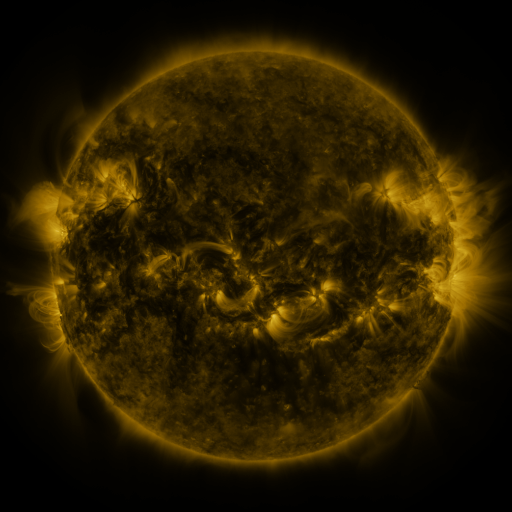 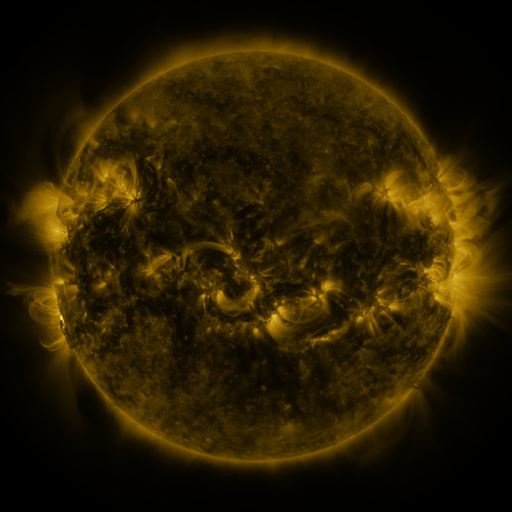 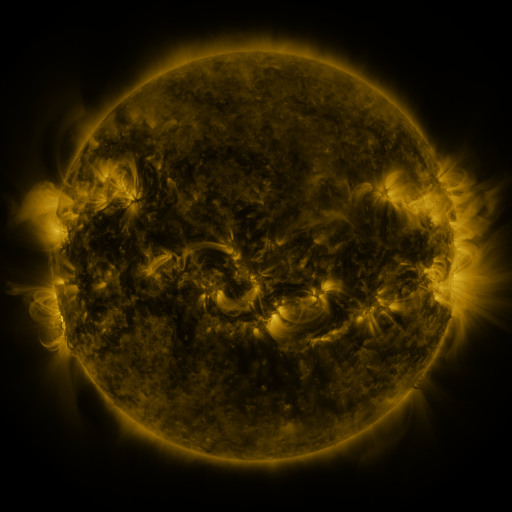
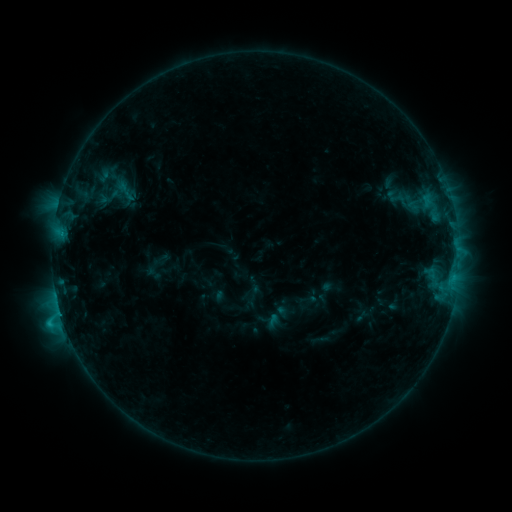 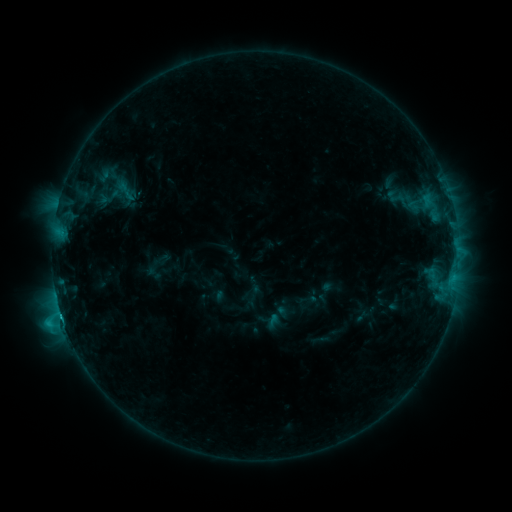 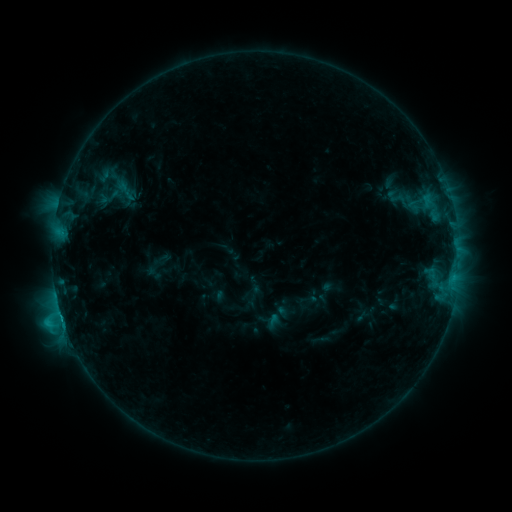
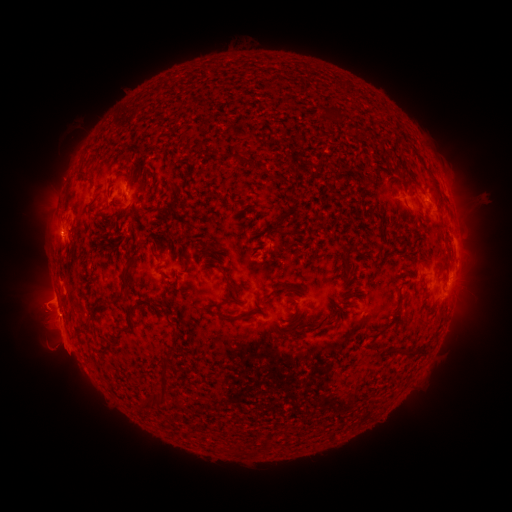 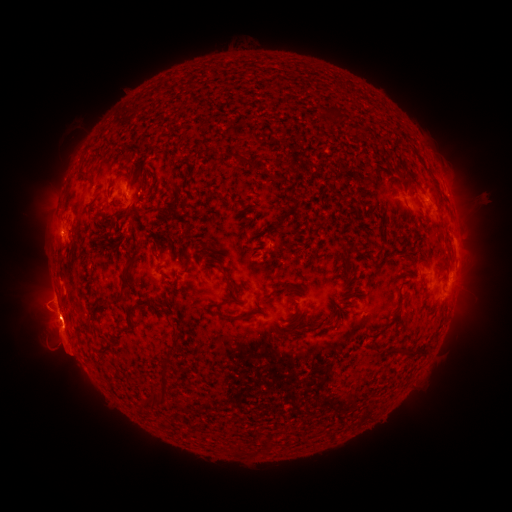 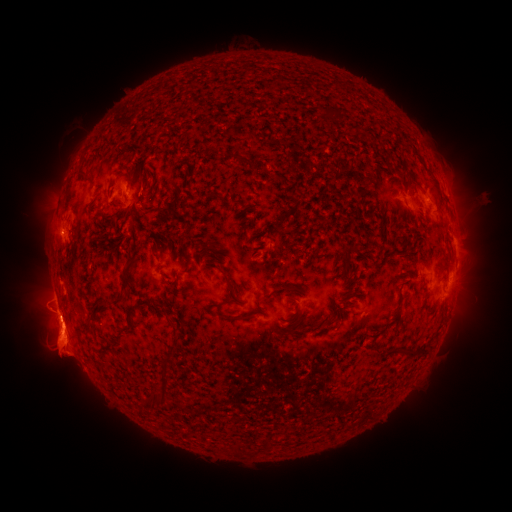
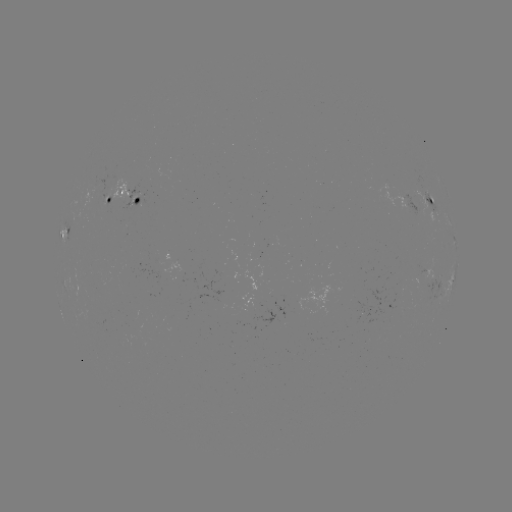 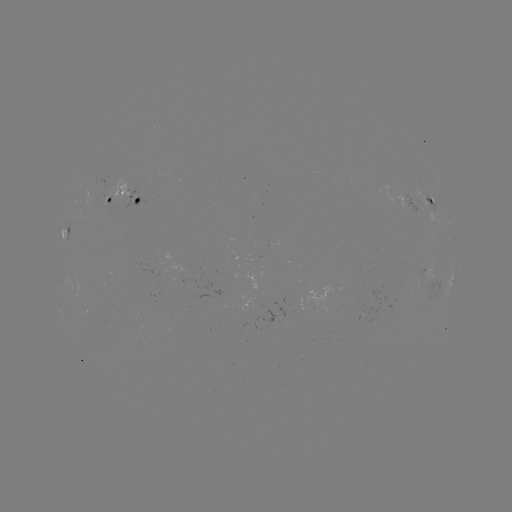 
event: flare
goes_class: C2.6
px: (61, 314)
